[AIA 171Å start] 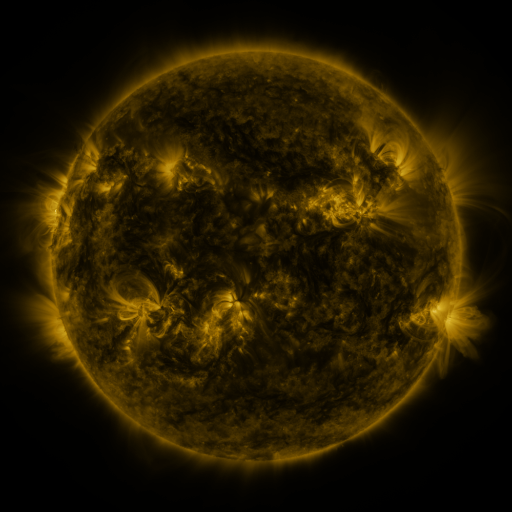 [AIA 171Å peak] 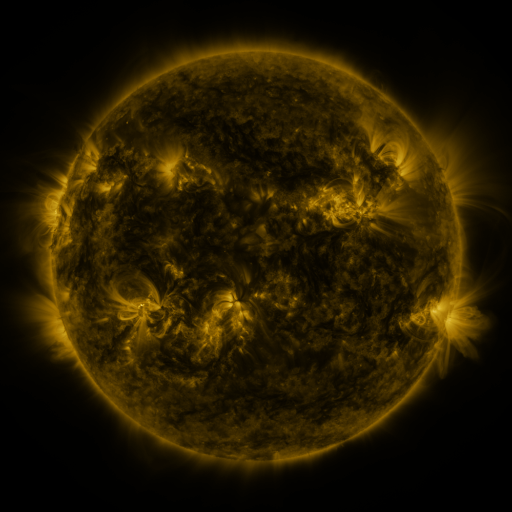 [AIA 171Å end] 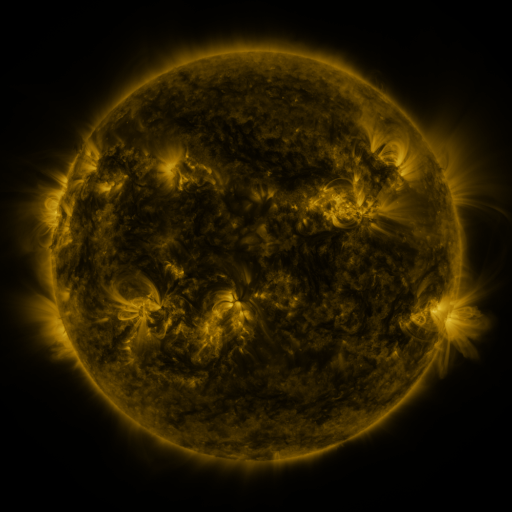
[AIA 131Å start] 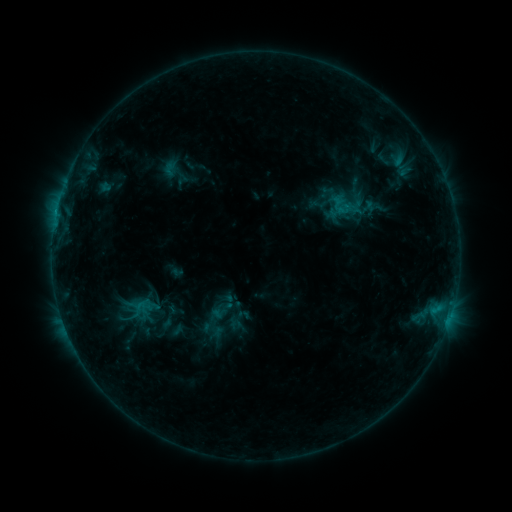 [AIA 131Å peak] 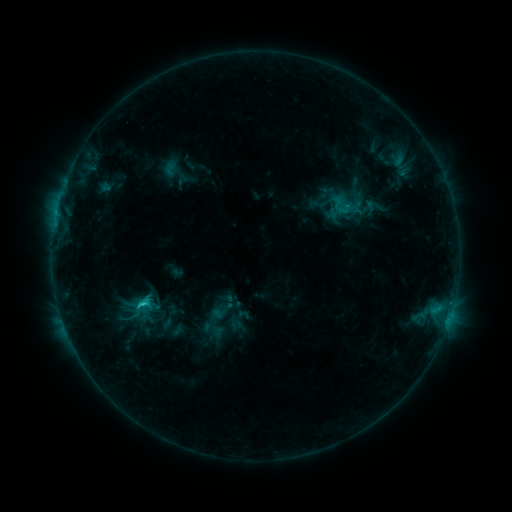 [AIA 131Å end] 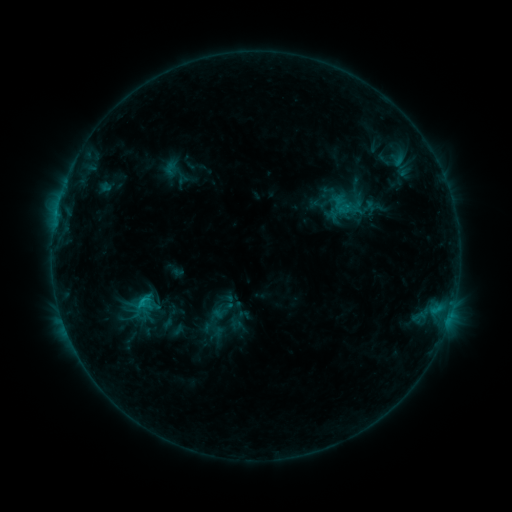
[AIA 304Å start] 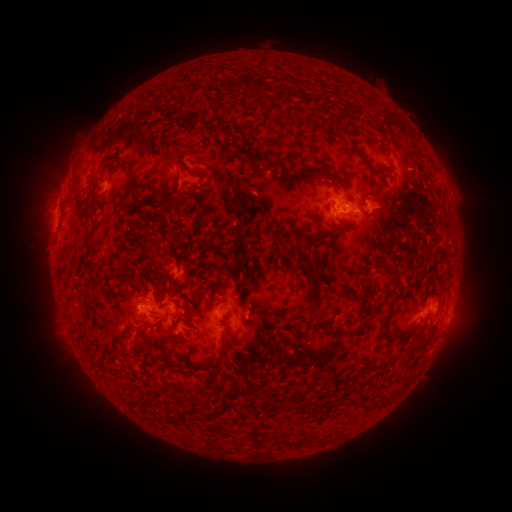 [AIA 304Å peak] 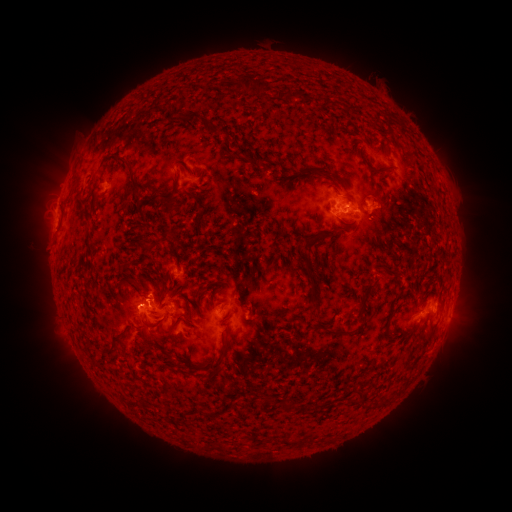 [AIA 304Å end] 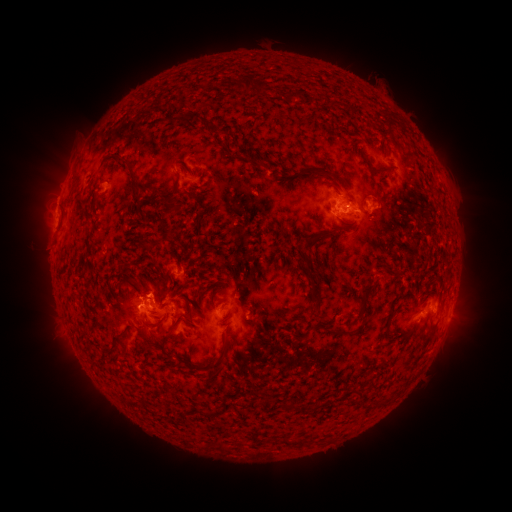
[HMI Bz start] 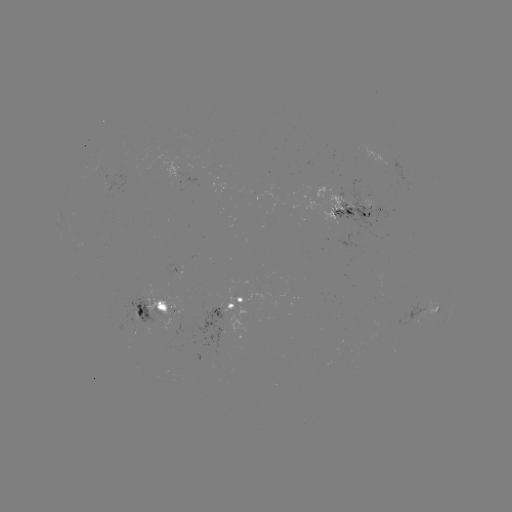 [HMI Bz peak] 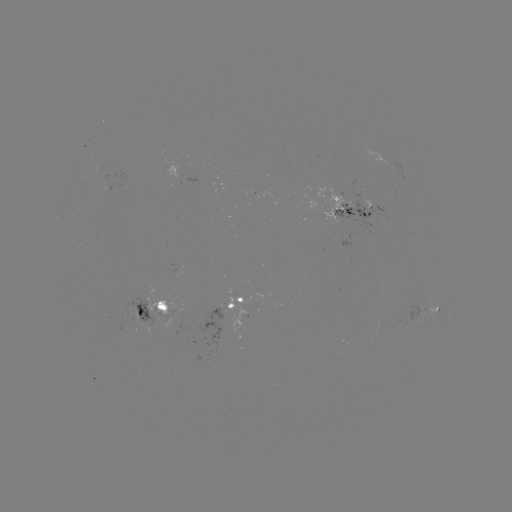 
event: flare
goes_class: C2.3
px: (143, 300)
